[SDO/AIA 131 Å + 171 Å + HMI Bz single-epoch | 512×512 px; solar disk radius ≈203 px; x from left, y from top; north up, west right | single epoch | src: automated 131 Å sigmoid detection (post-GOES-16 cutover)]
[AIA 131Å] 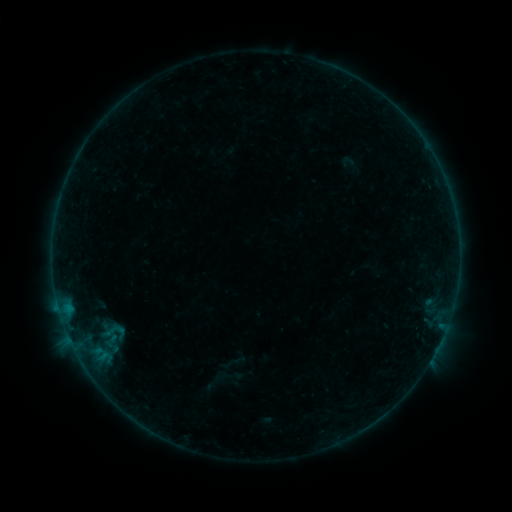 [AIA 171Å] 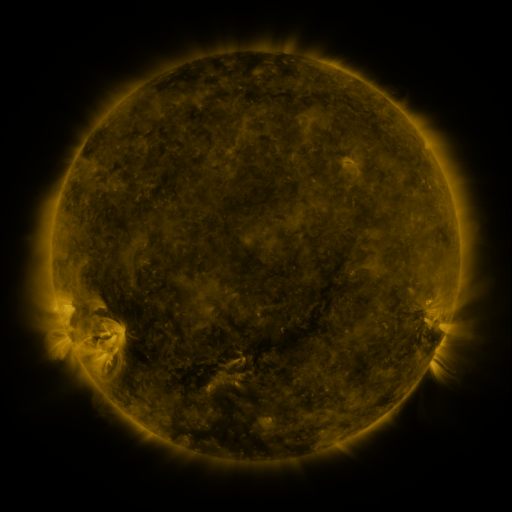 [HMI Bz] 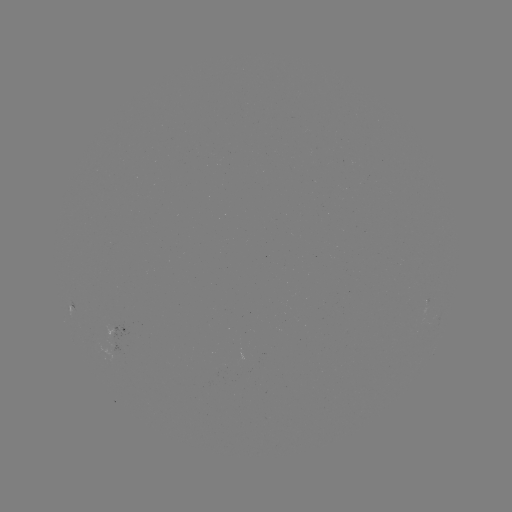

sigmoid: (92, 319, 133, 344)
